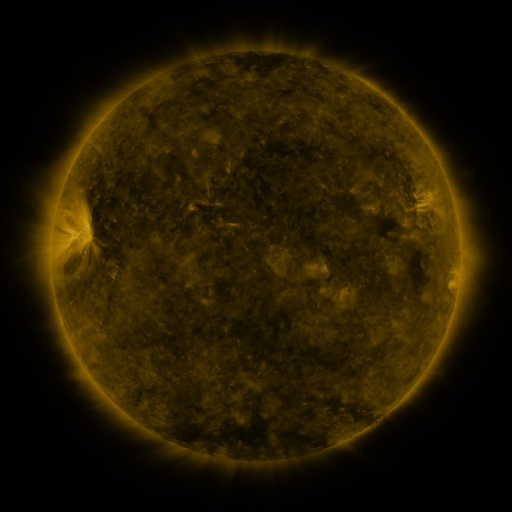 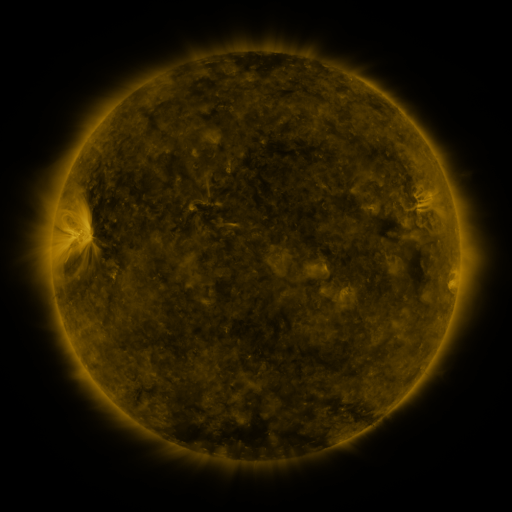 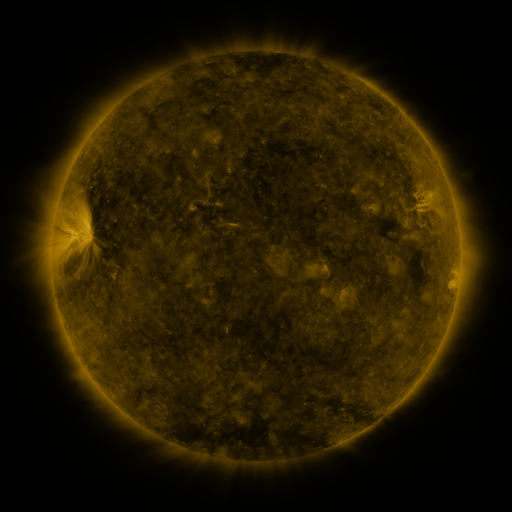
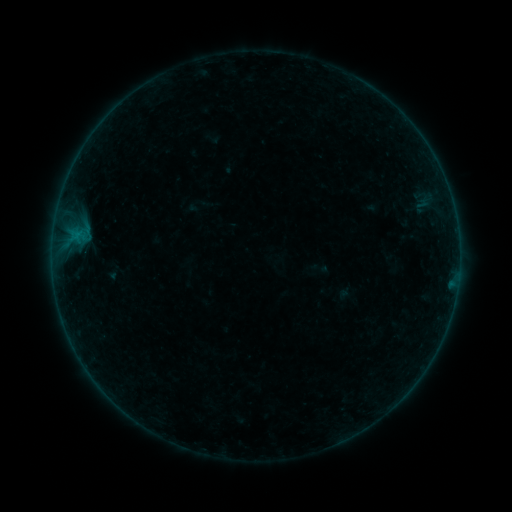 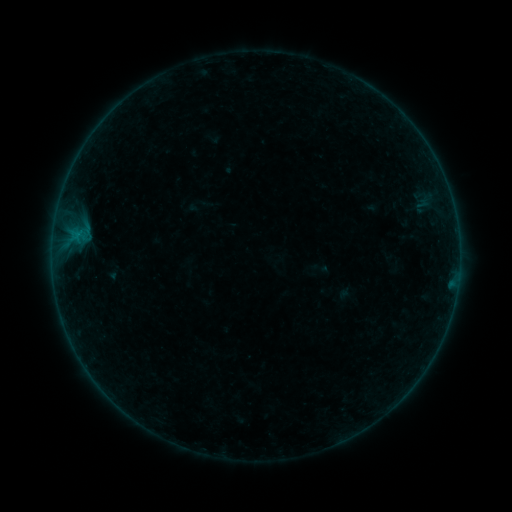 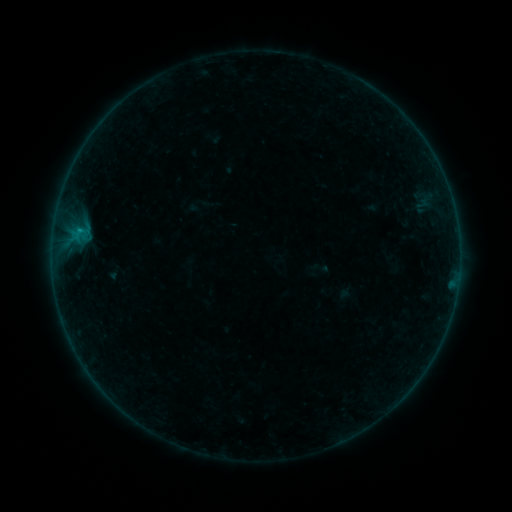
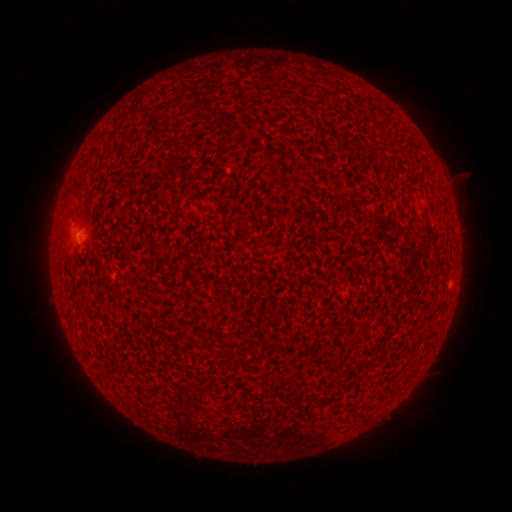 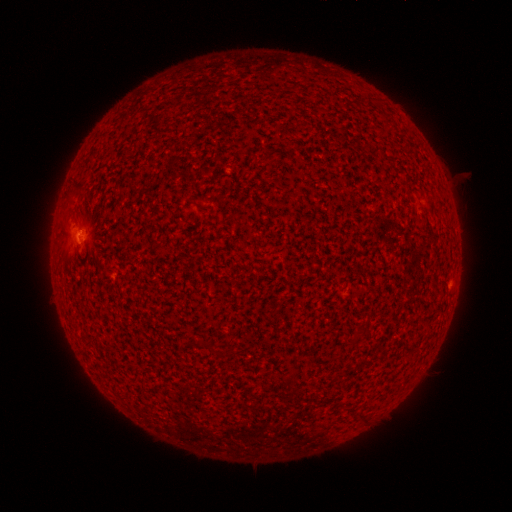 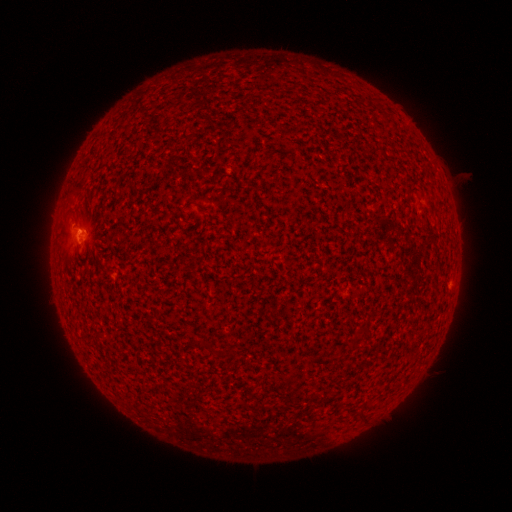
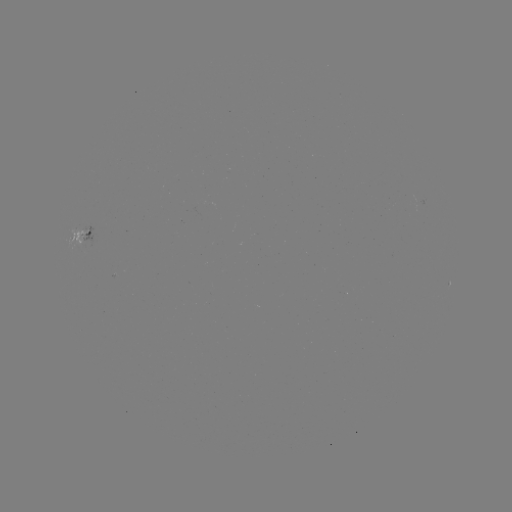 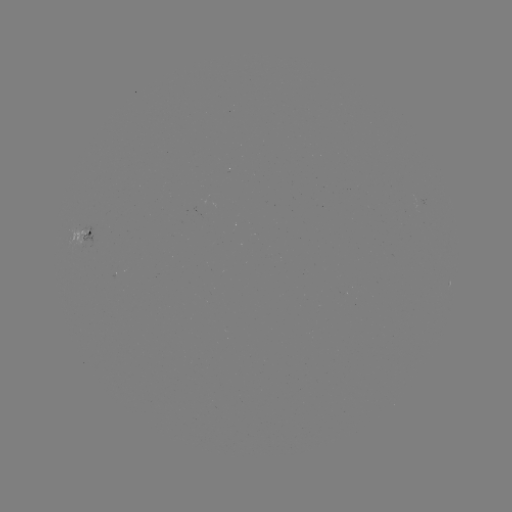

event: flare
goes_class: B3.6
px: (80, 232)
